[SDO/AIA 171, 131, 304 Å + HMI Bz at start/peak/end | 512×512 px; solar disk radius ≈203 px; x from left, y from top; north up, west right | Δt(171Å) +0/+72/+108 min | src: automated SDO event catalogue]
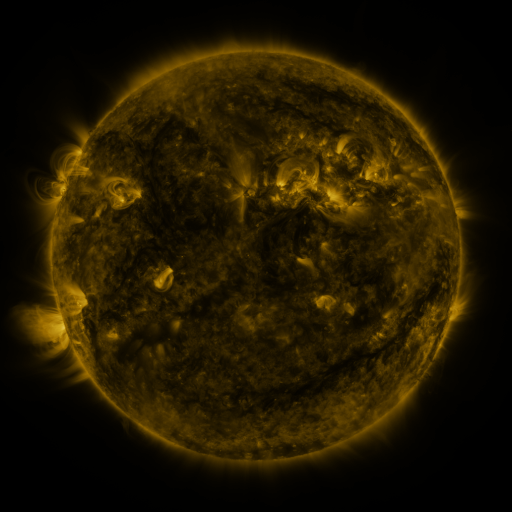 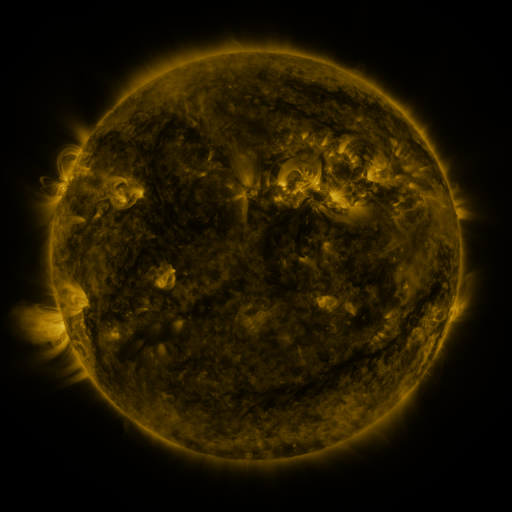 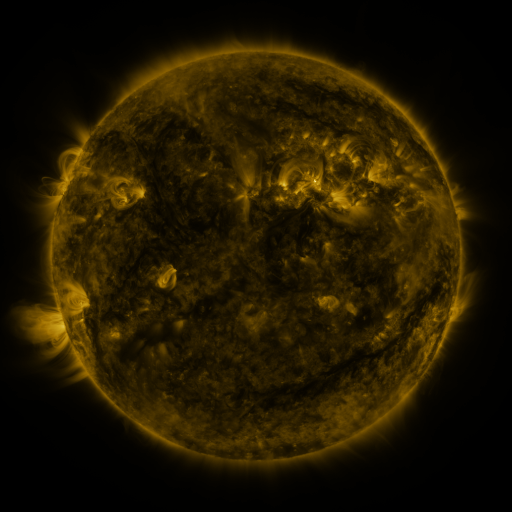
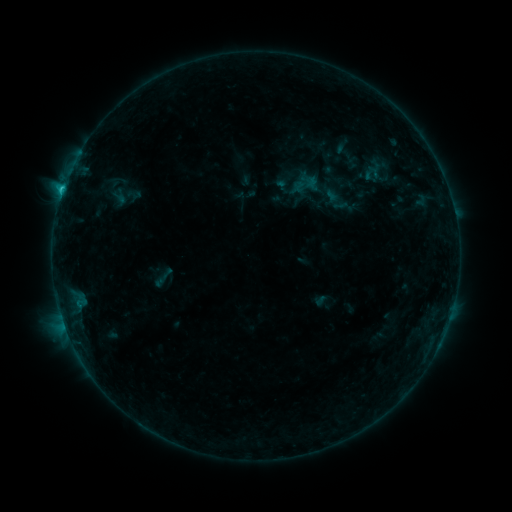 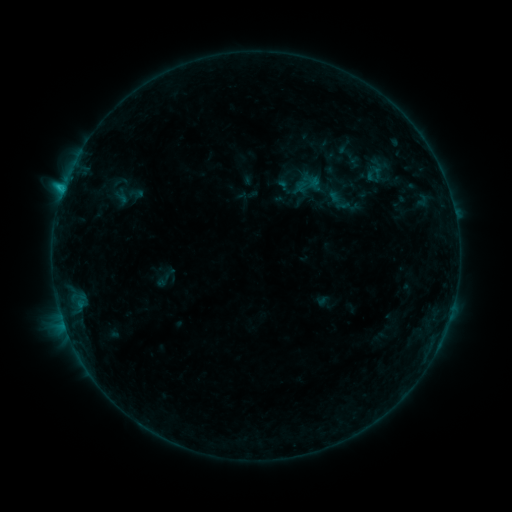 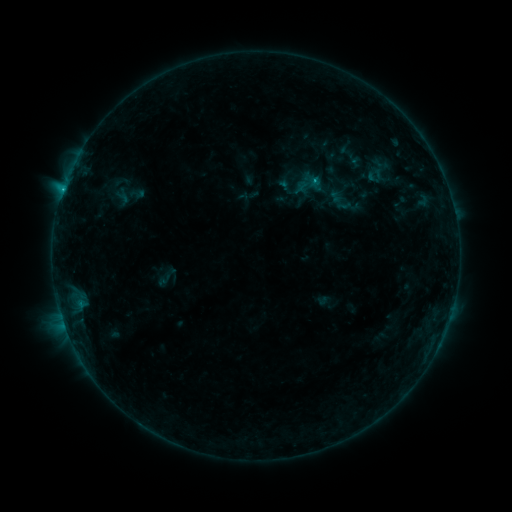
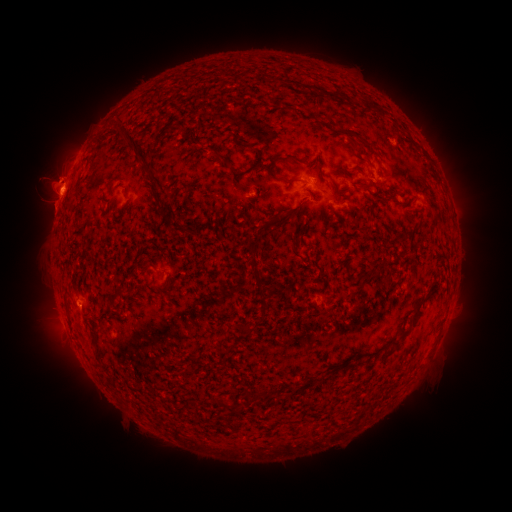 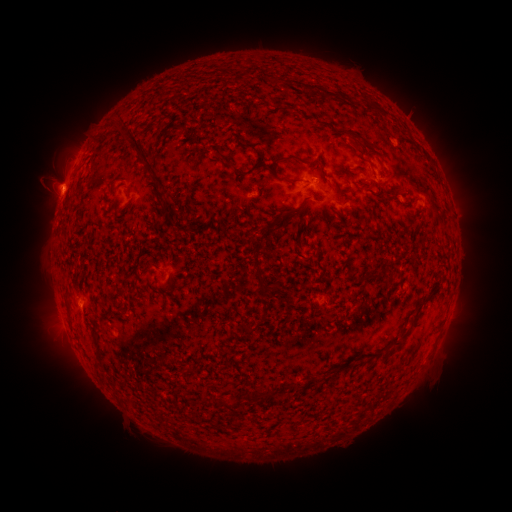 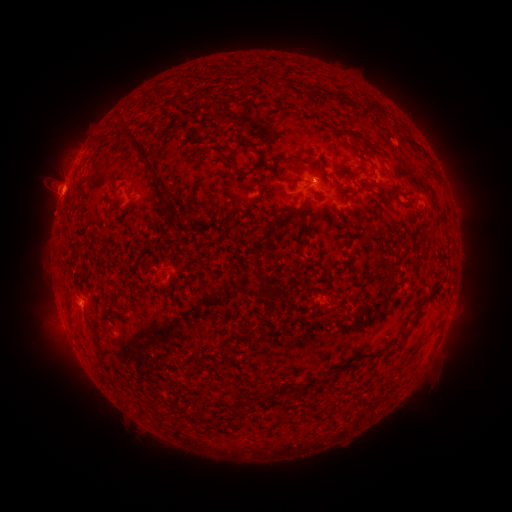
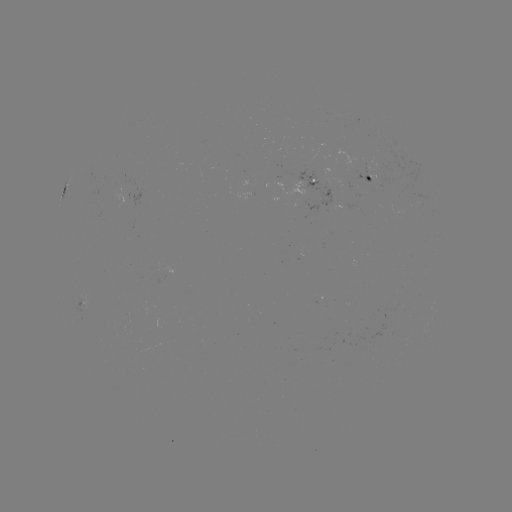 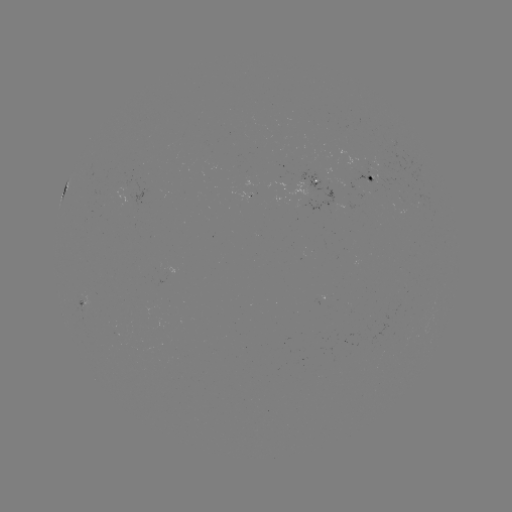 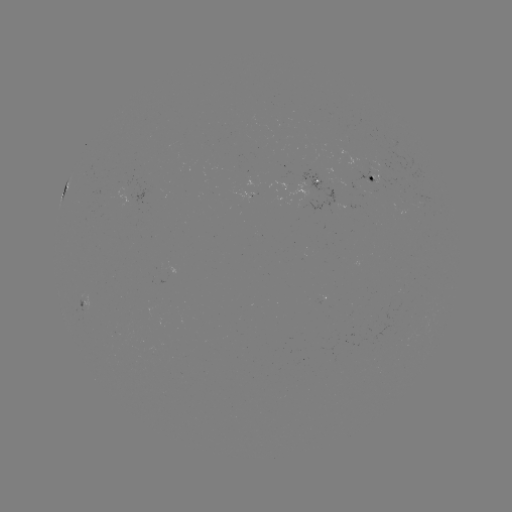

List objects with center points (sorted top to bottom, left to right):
emerging-flux region: (125, 184)
